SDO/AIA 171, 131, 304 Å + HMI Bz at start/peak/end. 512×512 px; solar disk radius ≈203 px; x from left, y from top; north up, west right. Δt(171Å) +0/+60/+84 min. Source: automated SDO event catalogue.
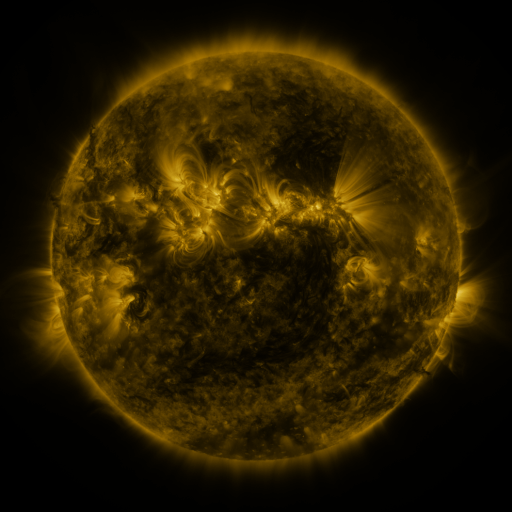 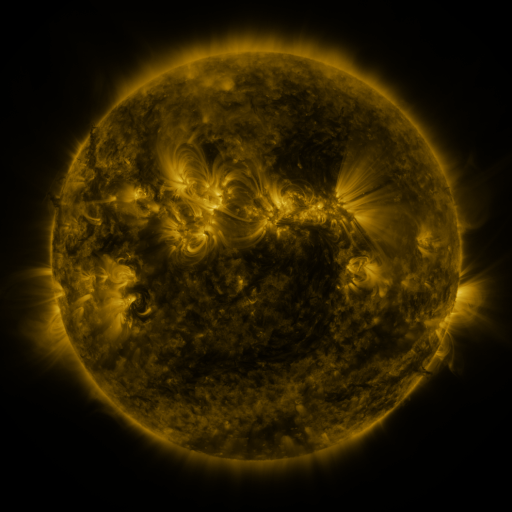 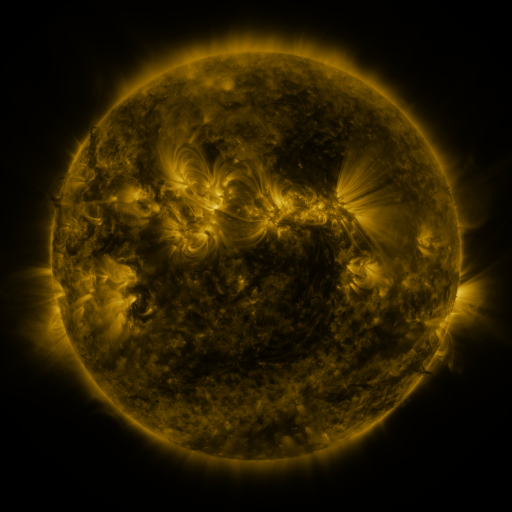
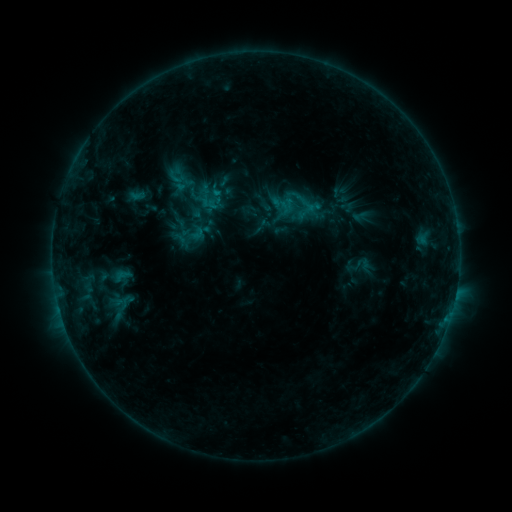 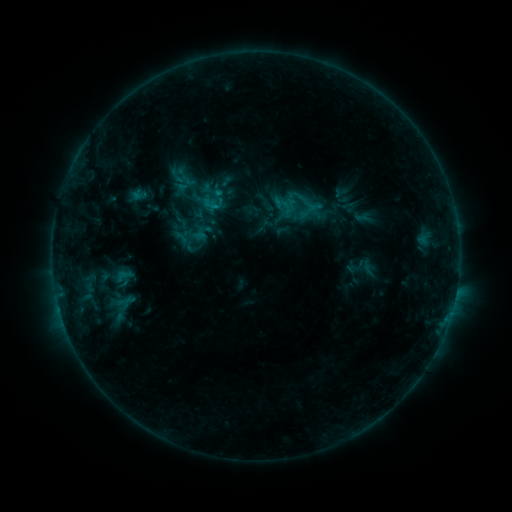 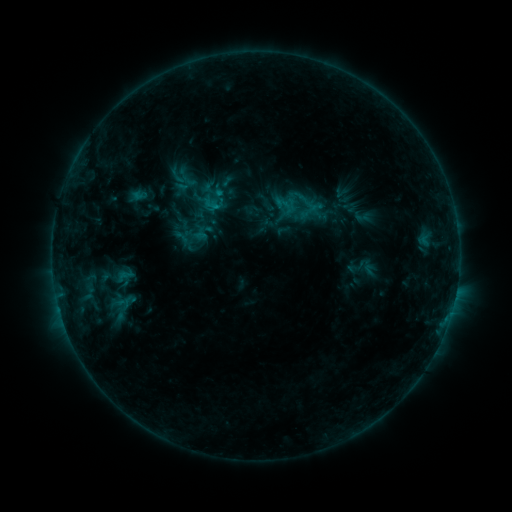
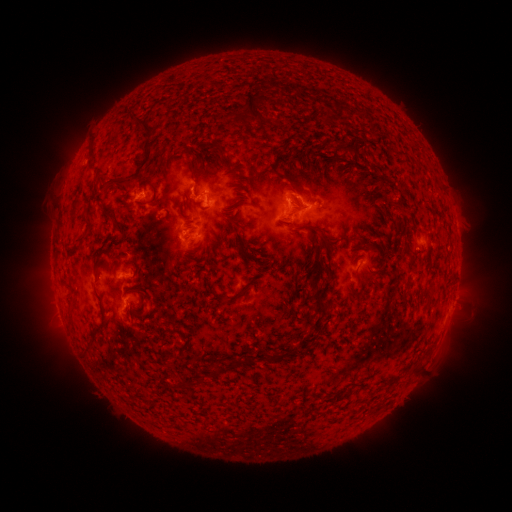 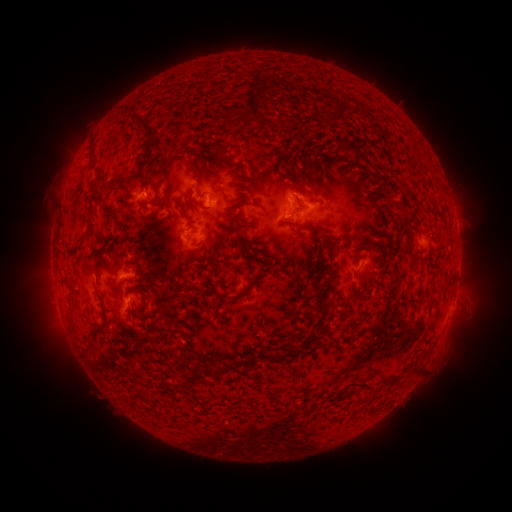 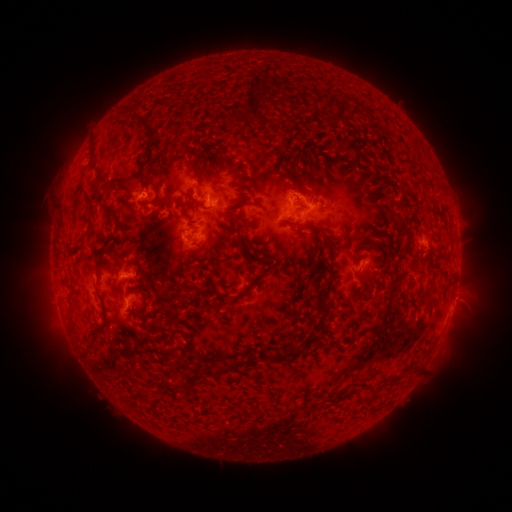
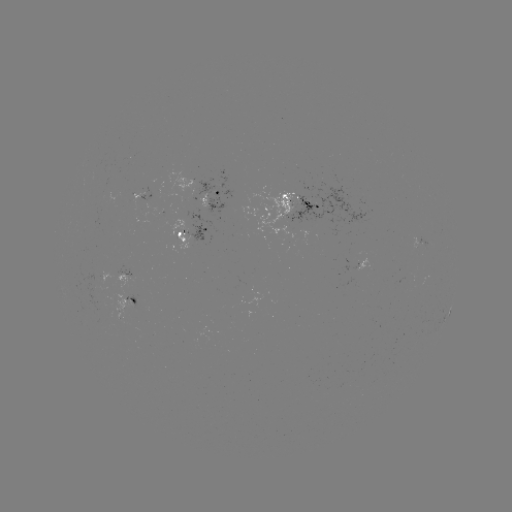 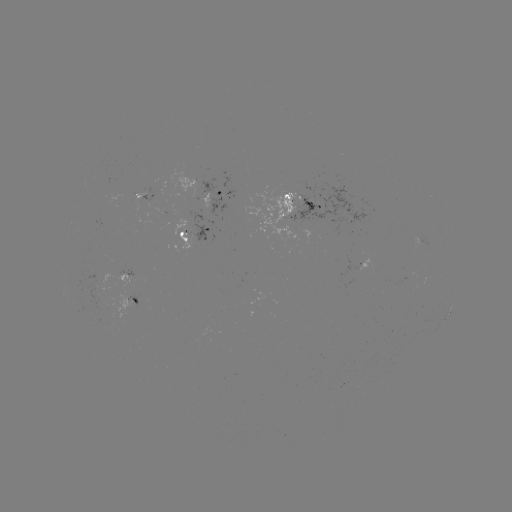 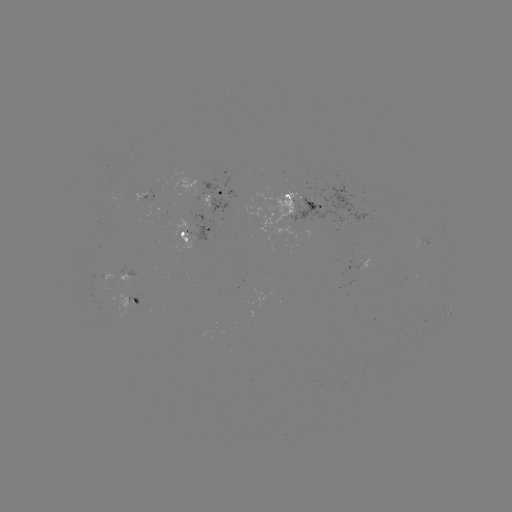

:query emerging-flux region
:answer [104, 277]